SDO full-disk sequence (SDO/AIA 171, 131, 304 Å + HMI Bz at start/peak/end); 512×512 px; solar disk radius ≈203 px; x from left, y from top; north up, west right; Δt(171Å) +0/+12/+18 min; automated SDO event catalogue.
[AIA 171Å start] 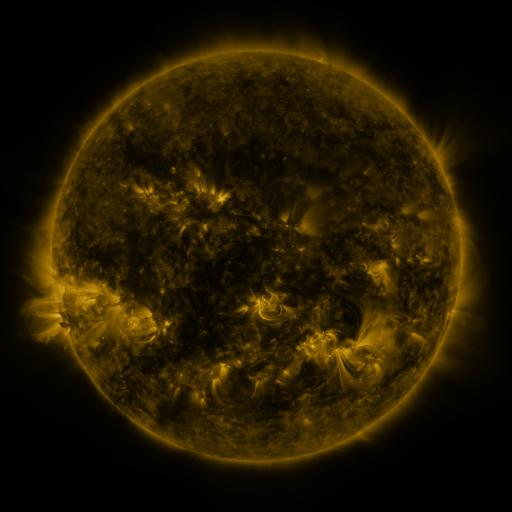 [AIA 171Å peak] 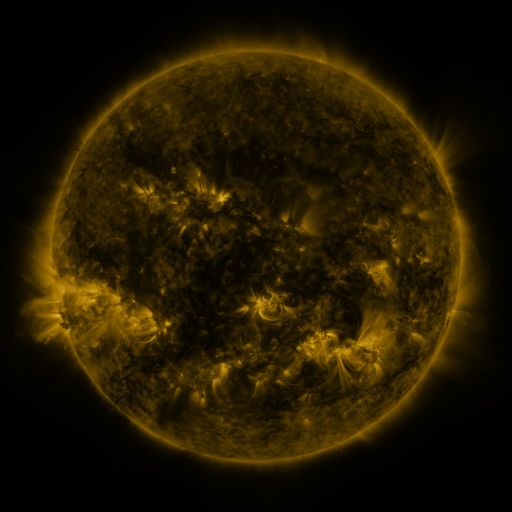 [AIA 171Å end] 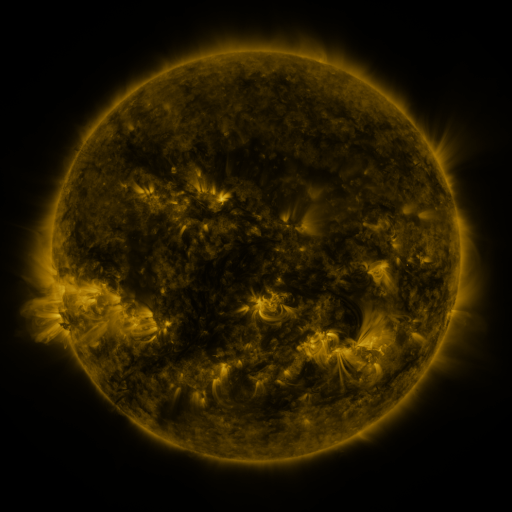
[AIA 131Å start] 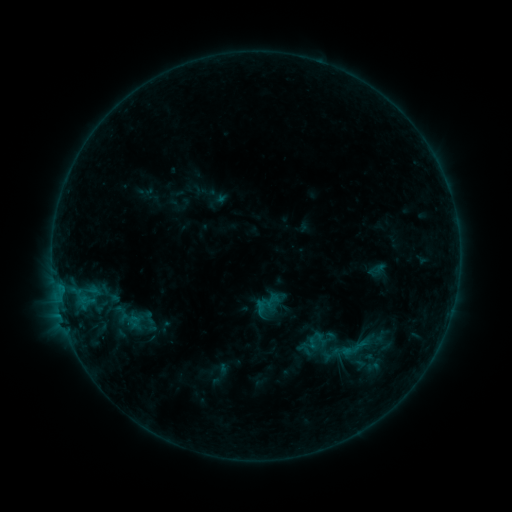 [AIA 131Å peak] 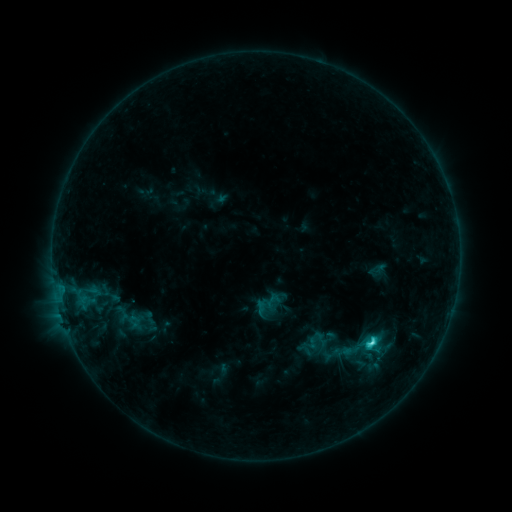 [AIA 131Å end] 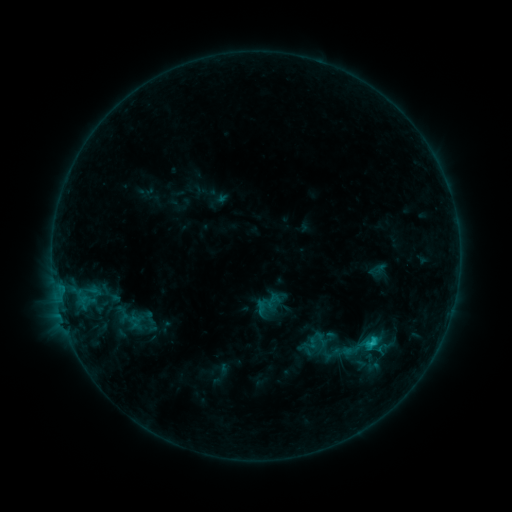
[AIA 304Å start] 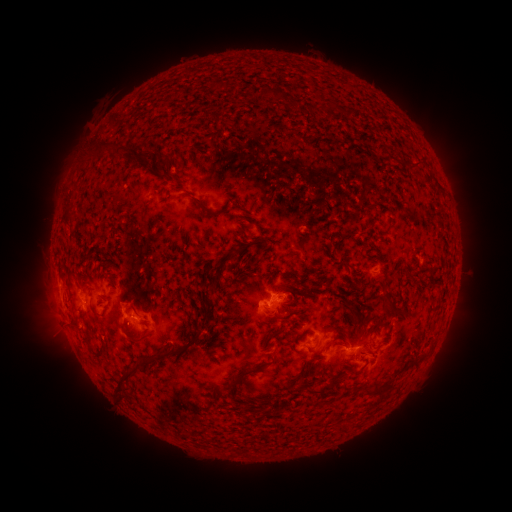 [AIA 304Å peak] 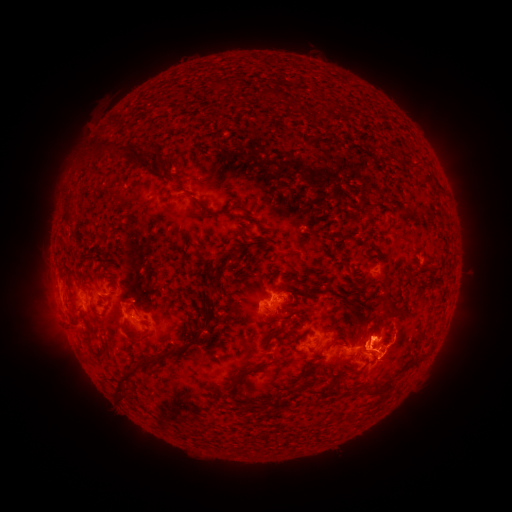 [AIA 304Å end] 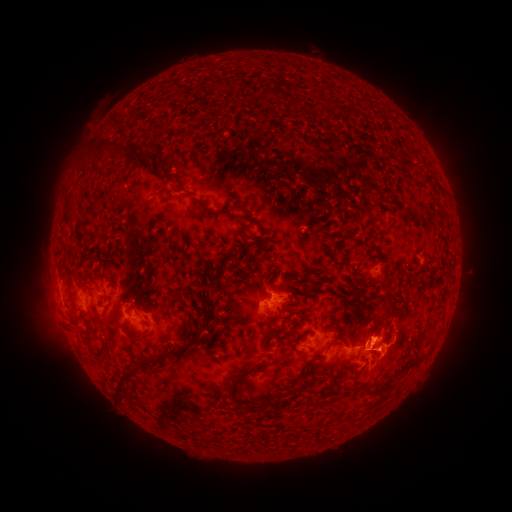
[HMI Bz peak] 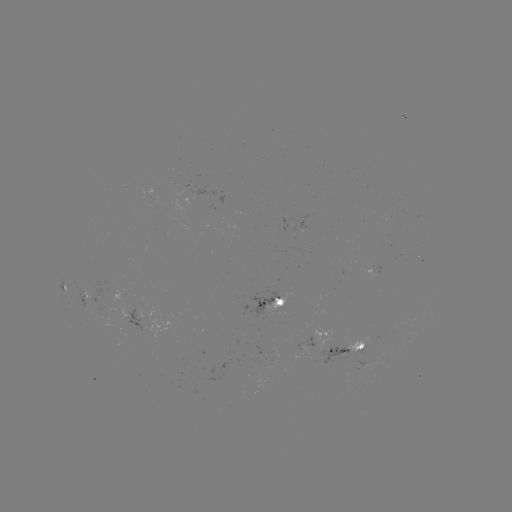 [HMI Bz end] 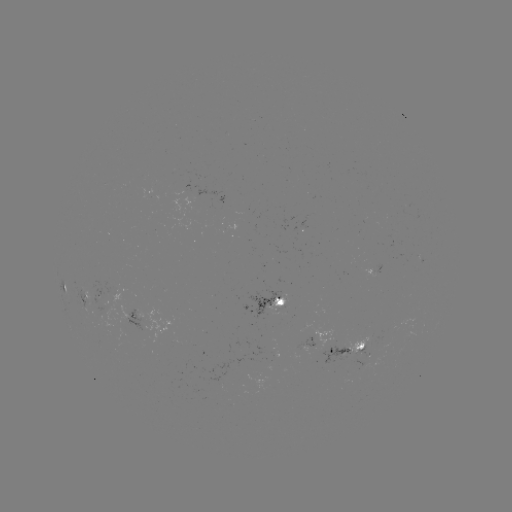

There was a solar flare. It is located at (368, 343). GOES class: C2.9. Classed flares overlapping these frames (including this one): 1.